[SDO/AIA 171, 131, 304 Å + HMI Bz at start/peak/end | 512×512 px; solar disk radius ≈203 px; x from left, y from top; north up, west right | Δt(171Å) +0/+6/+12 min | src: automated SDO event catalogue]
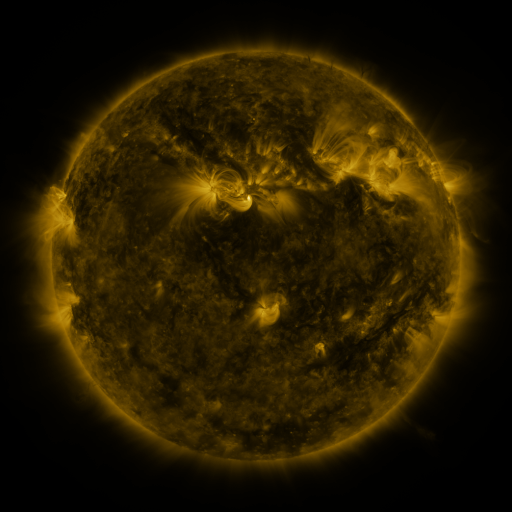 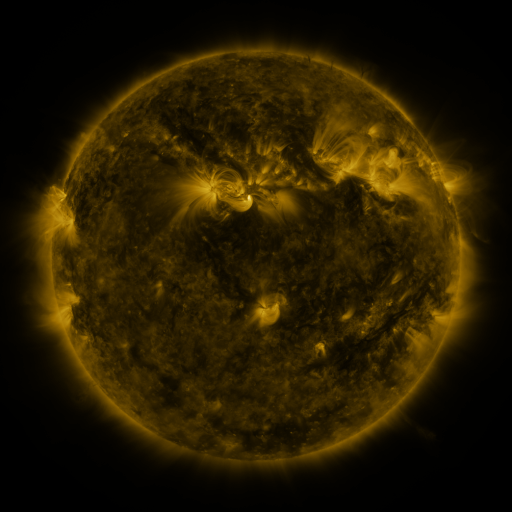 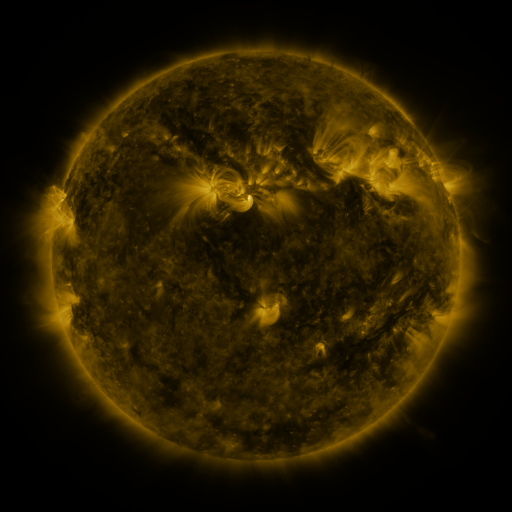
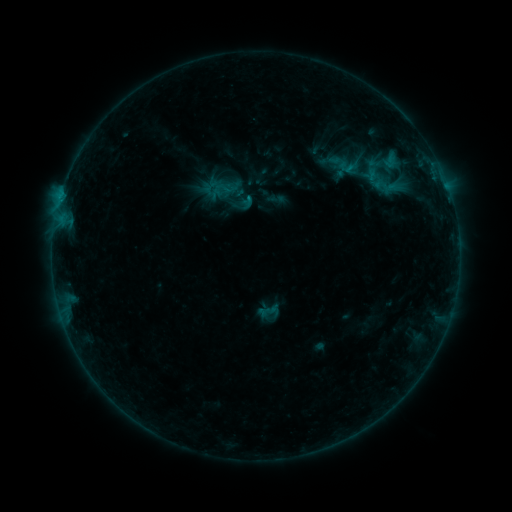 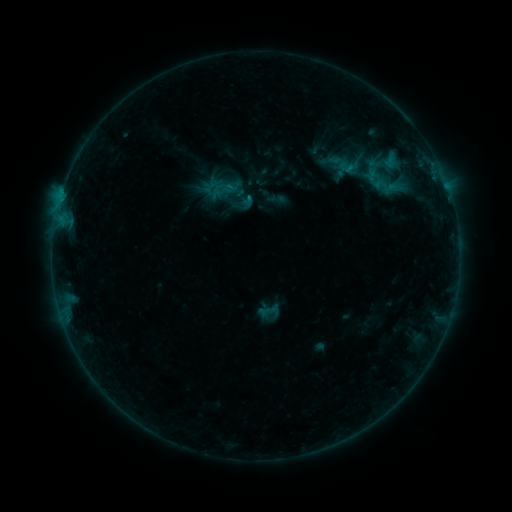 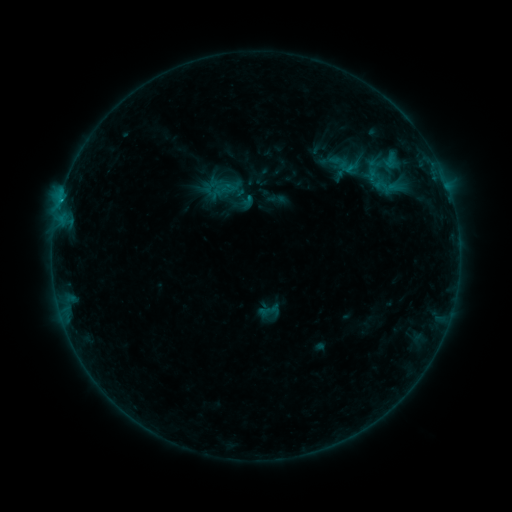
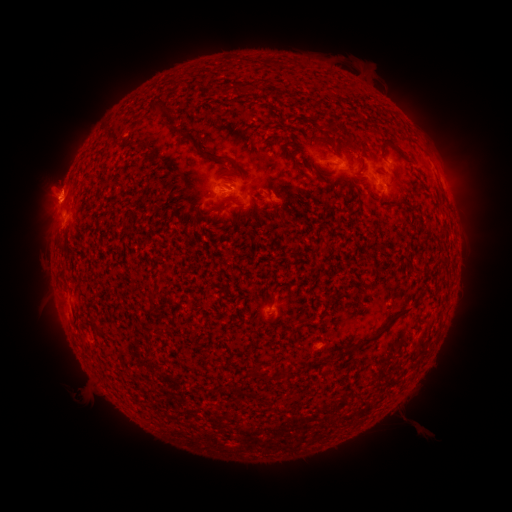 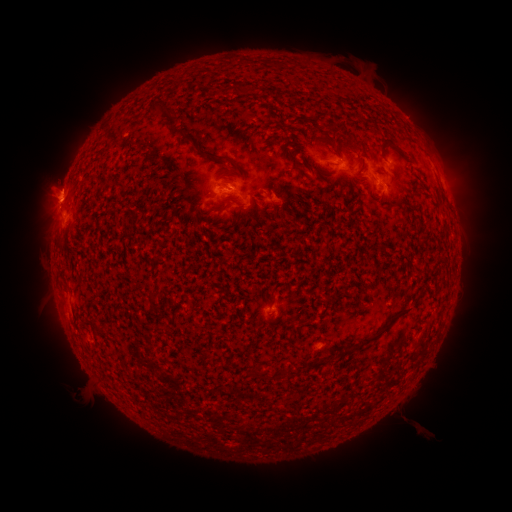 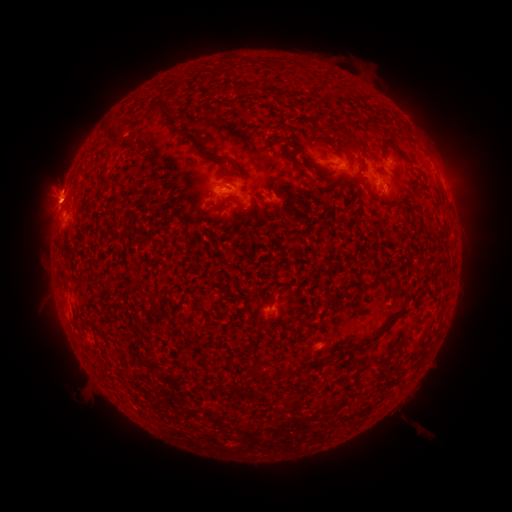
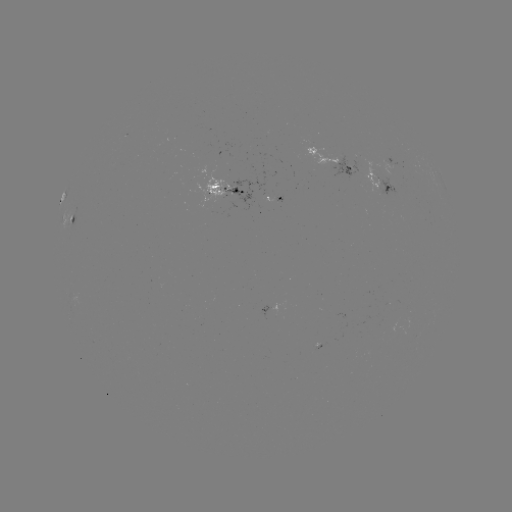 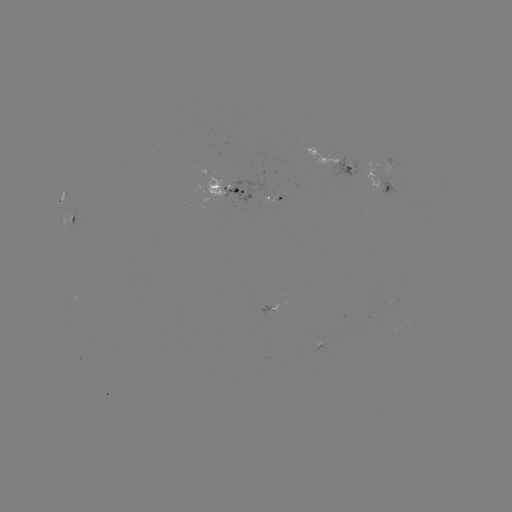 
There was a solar flare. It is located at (231, 187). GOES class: C1.0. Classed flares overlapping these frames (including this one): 1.